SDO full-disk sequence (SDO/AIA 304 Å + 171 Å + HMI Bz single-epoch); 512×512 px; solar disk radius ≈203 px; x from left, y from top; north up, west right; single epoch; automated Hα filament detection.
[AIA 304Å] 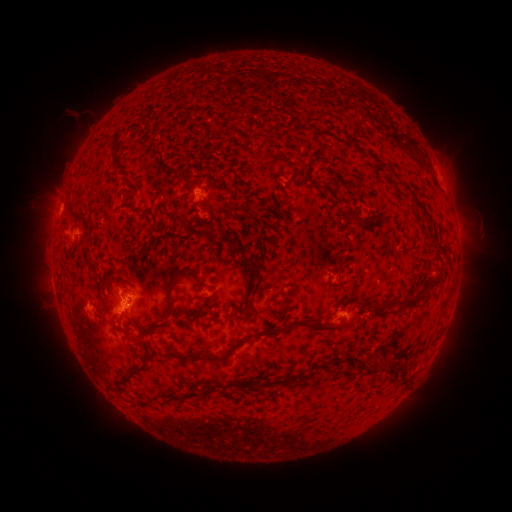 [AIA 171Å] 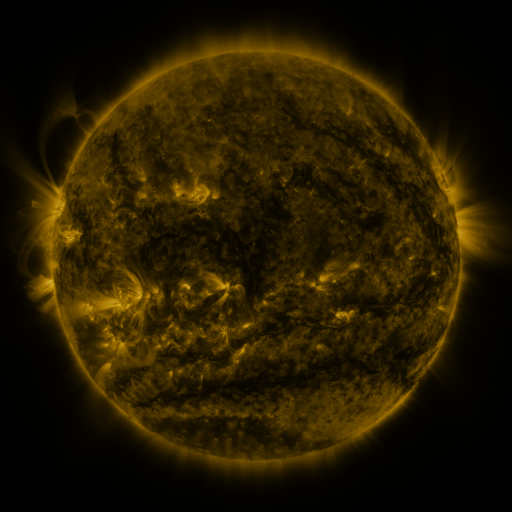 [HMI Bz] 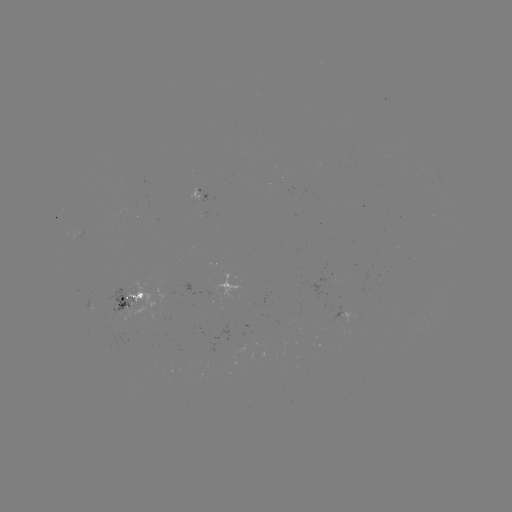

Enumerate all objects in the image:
filament: (147, 124)
filament: (305, 129)
filament: (272, 140)
filament: (363, 152)
filament: (378, 160)
filament: (421, 206)
filament: (71, 211)
filament: (349, 212)
filament: (183, 221)
filament: (209, 231)
filament: (244, 258)
filament: (89, 259)
filament: (438, 273)
filament: (254, 287)
filament: (170, 293)
filament: (405, 302)
filament: (113, 322)
filament: (318, 325)
filament: (139, 340)
filament: (235, 346)
filament: (174, 356)
filament: (412, 362)
filament: (142, 371)
